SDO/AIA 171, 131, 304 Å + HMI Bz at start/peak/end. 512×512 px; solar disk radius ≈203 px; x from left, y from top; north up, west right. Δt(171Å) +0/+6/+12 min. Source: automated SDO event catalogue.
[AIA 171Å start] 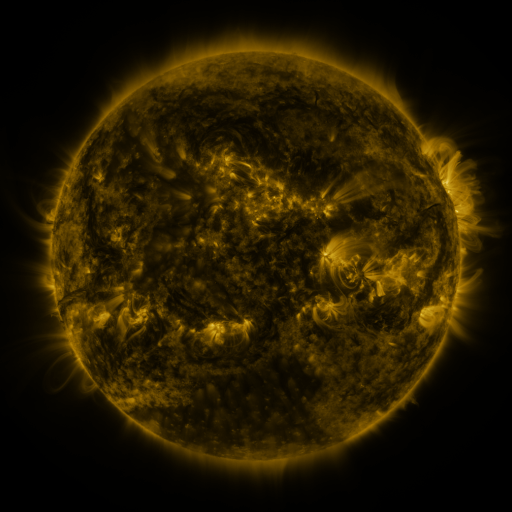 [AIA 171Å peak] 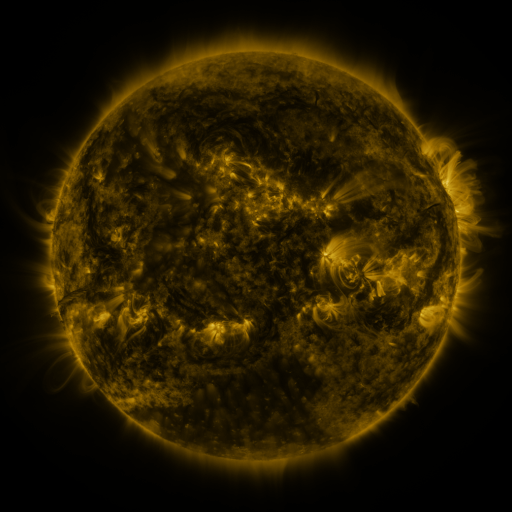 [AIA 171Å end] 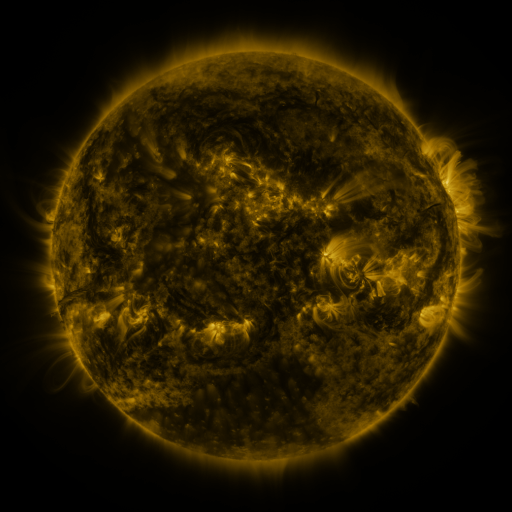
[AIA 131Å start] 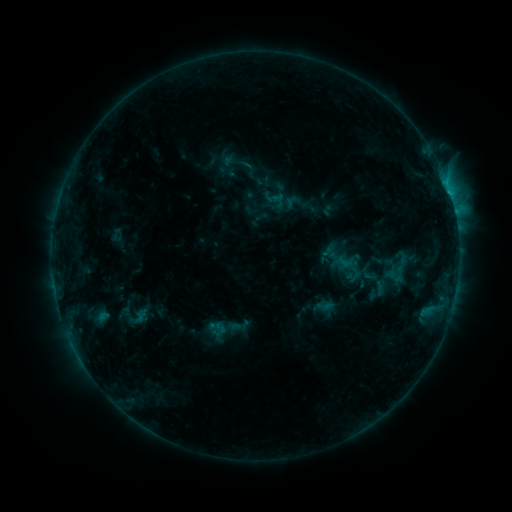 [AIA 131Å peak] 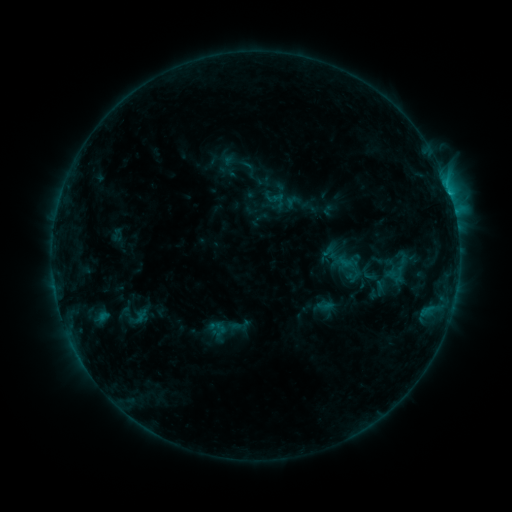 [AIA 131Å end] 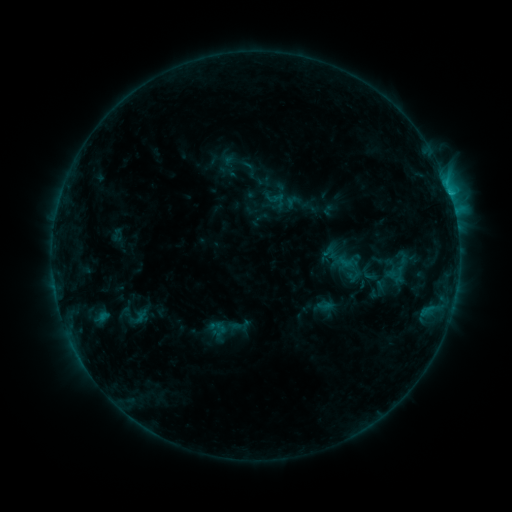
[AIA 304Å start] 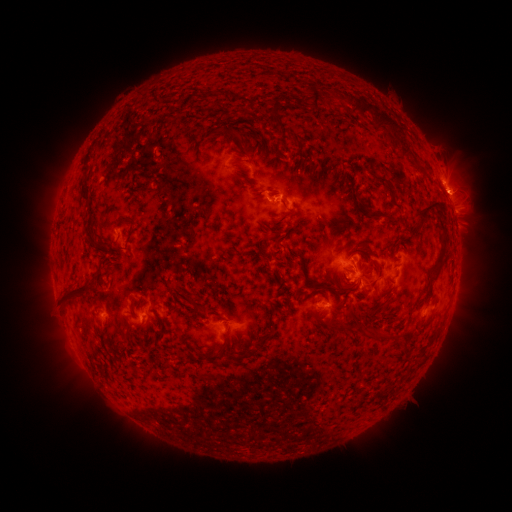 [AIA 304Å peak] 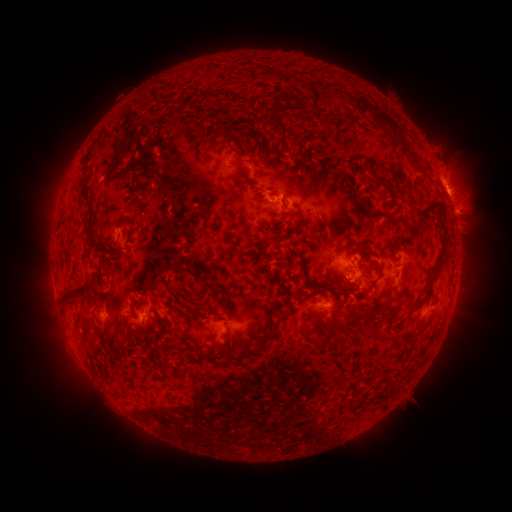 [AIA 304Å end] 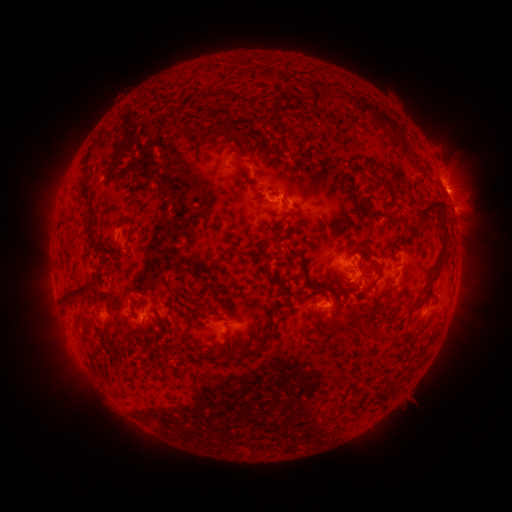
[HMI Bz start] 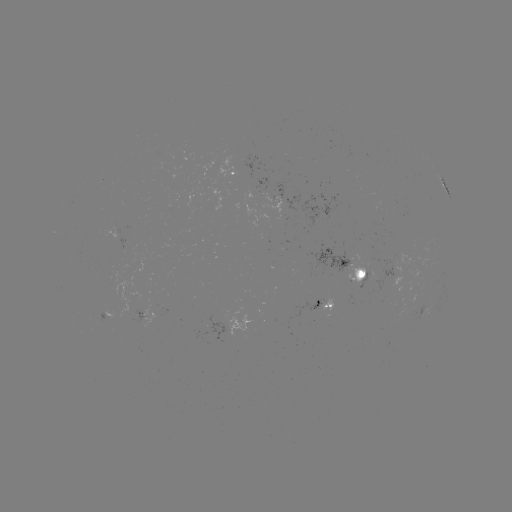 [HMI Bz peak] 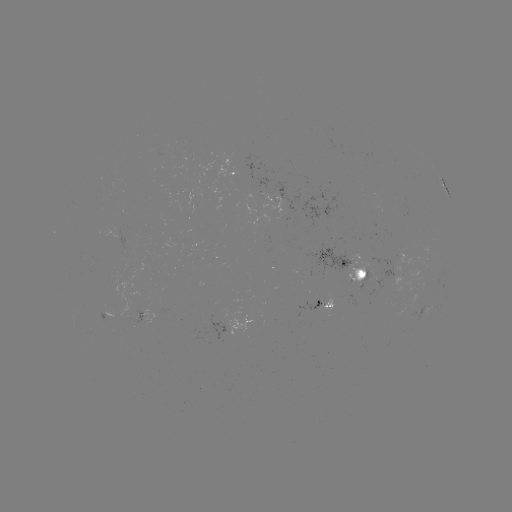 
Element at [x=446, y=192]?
C1.5 flare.